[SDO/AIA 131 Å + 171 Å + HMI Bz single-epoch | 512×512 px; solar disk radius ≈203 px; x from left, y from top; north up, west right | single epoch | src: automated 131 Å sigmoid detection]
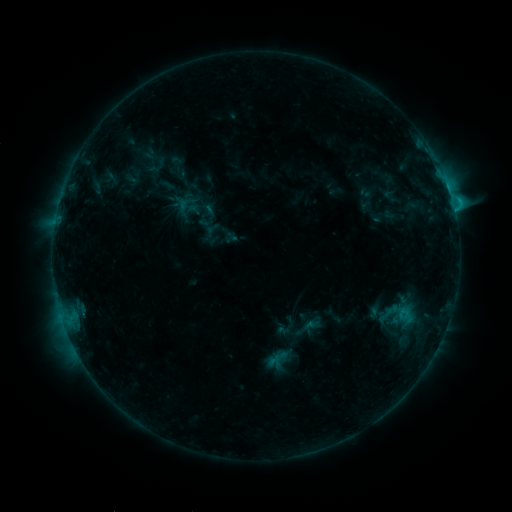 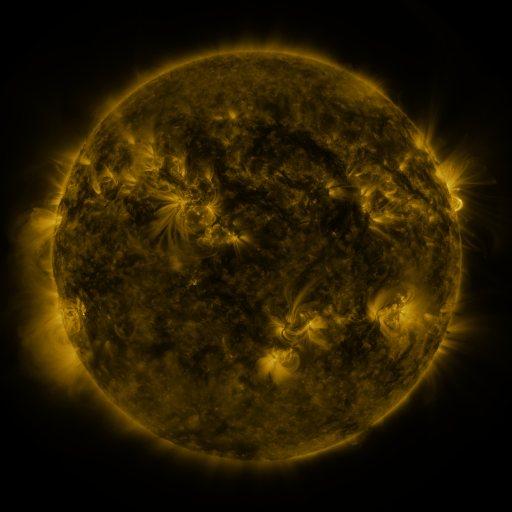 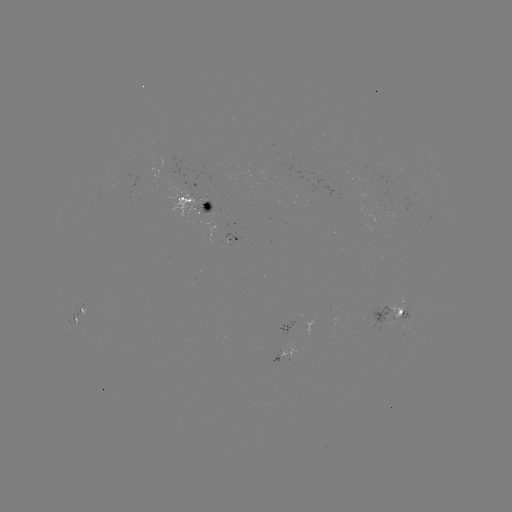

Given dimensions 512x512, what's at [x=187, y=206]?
sigmoid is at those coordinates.